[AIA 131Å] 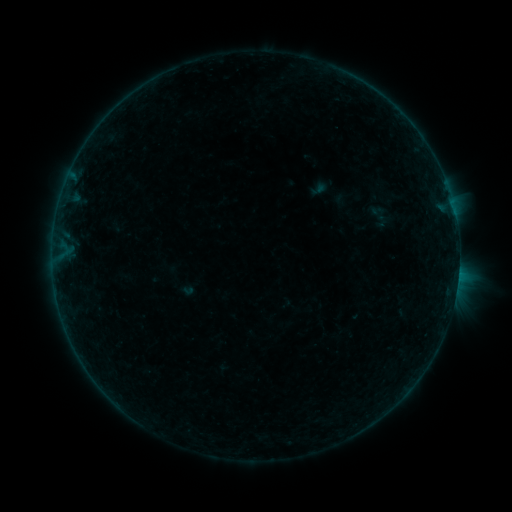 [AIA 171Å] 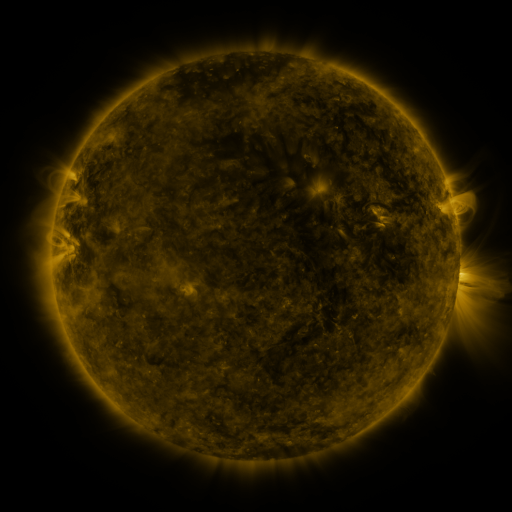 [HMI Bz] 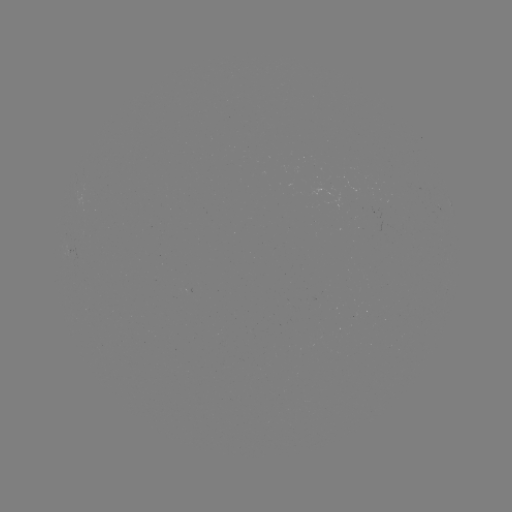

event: sigmoid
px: (380, 216)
